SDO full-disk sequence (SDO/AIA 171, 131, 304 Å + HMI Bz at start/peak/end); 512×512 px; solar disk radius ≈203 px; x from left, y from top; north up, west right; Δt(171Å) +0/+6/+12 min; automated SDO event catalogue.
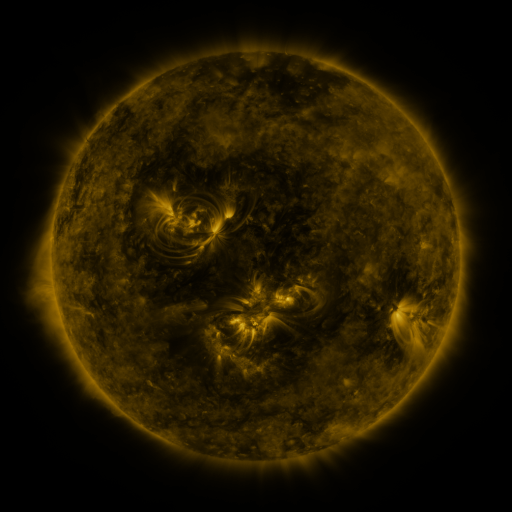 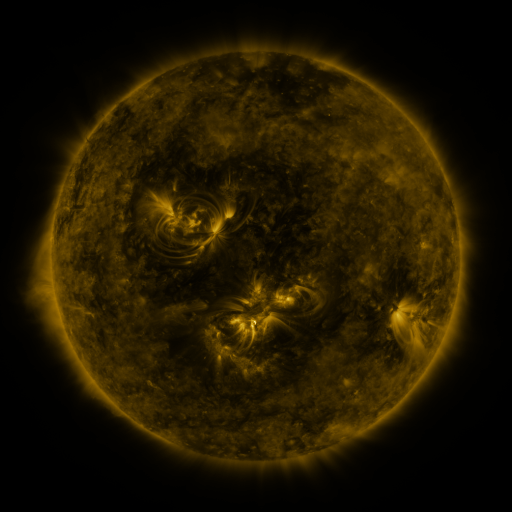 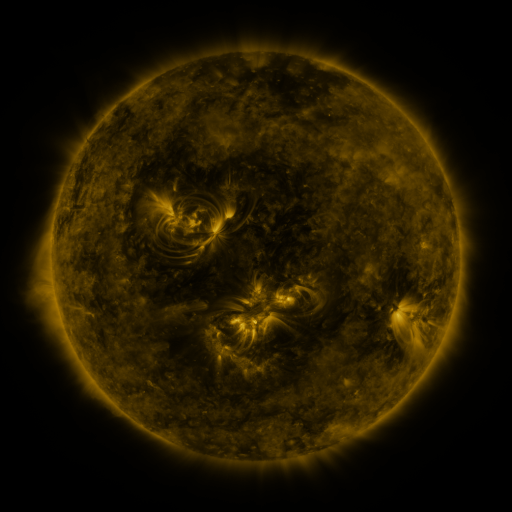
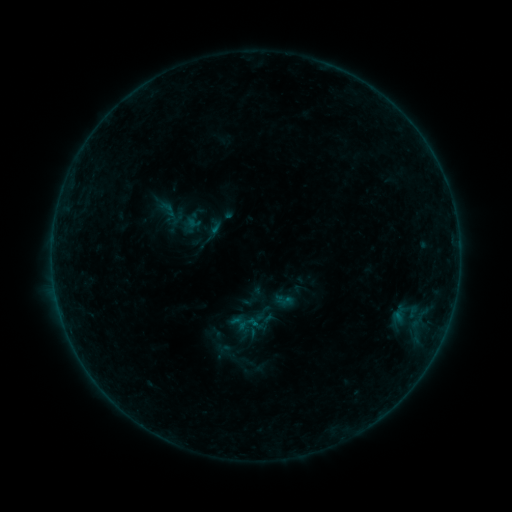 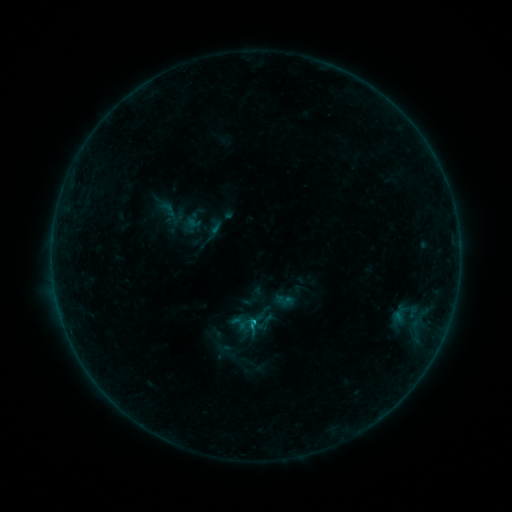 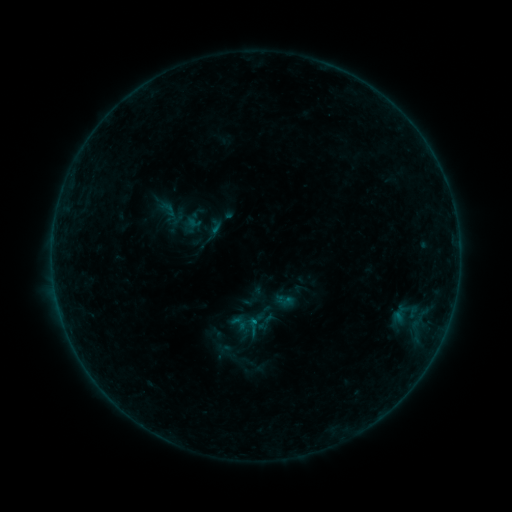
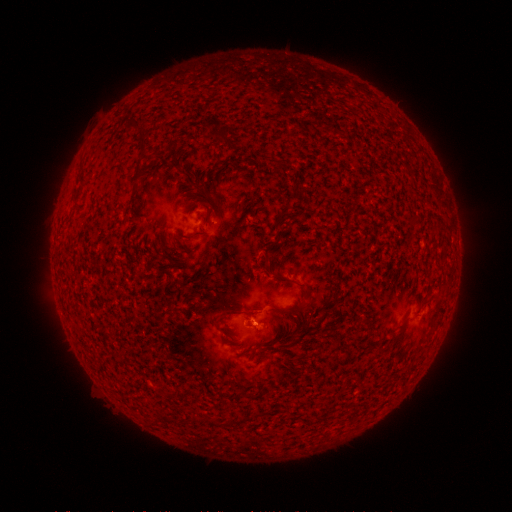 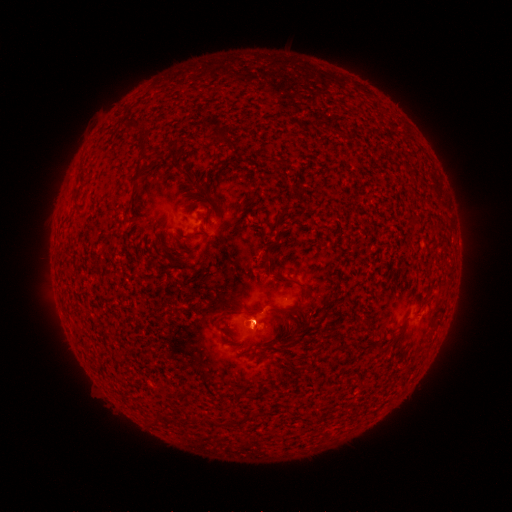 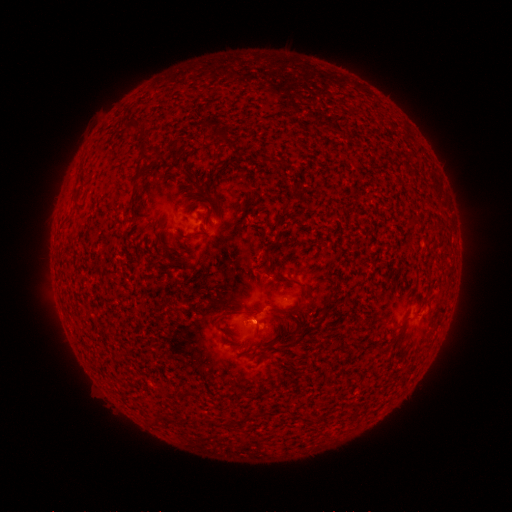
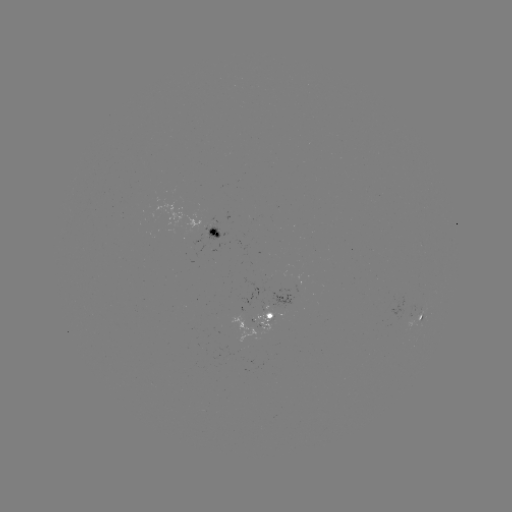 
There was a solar flare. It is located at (256, 321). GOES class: B3.5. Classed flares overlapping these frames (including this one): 1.